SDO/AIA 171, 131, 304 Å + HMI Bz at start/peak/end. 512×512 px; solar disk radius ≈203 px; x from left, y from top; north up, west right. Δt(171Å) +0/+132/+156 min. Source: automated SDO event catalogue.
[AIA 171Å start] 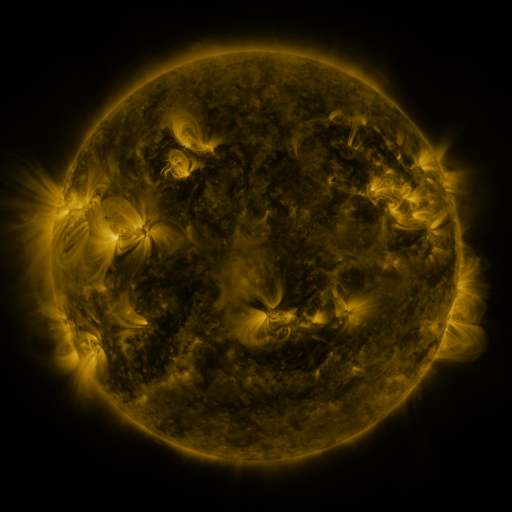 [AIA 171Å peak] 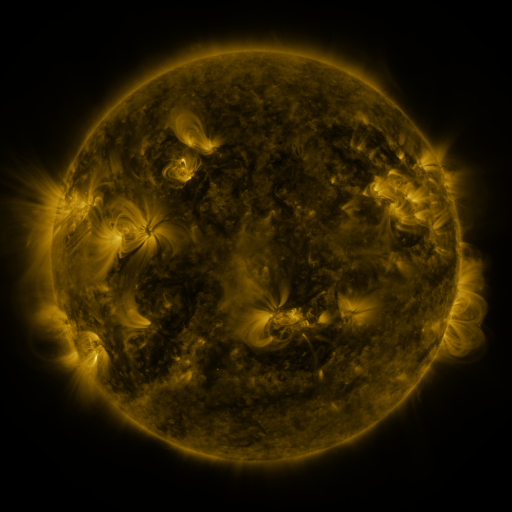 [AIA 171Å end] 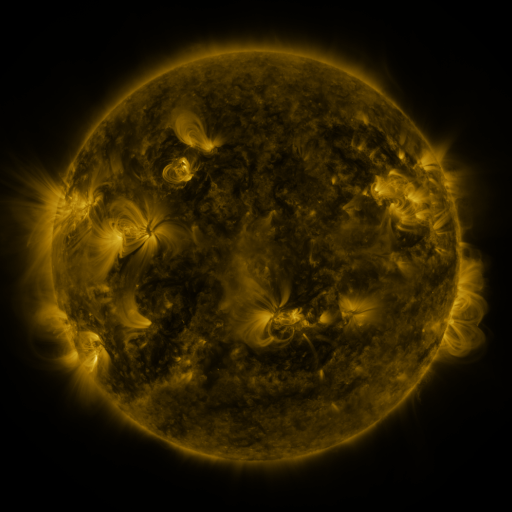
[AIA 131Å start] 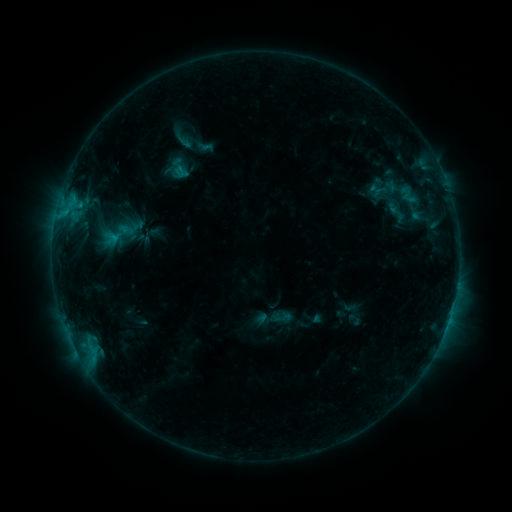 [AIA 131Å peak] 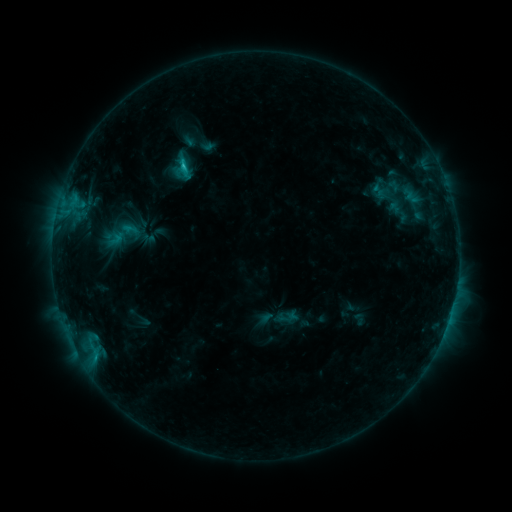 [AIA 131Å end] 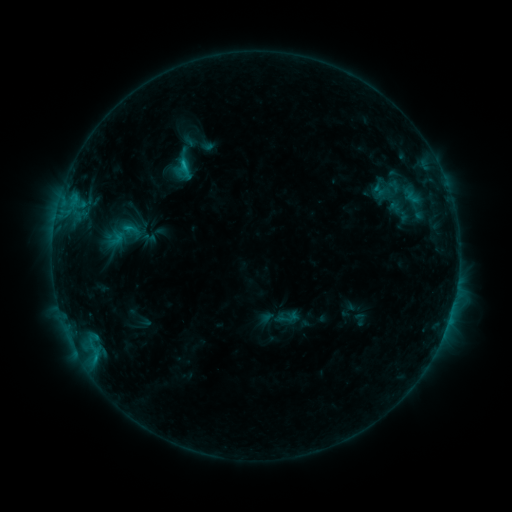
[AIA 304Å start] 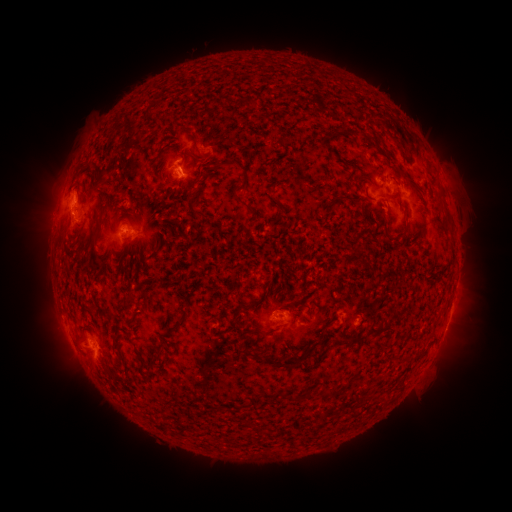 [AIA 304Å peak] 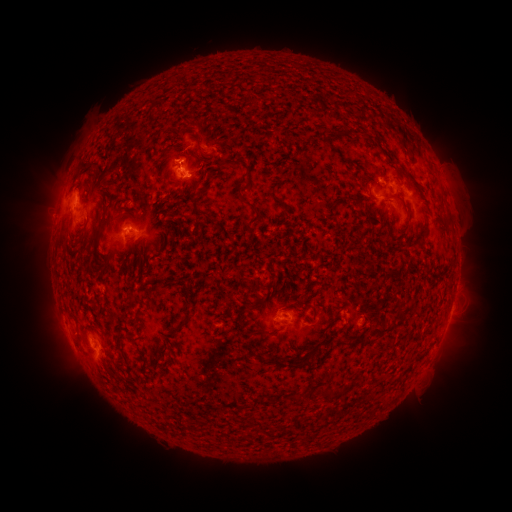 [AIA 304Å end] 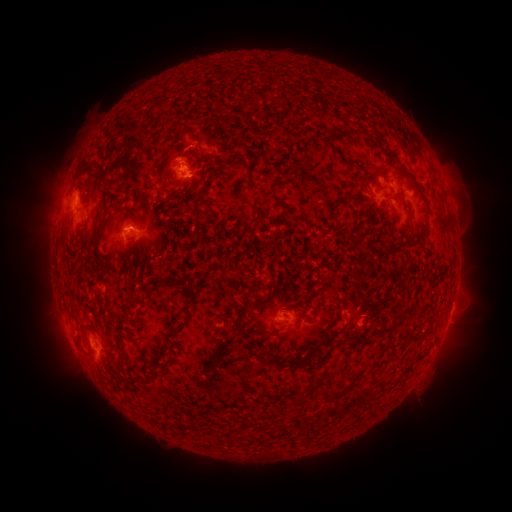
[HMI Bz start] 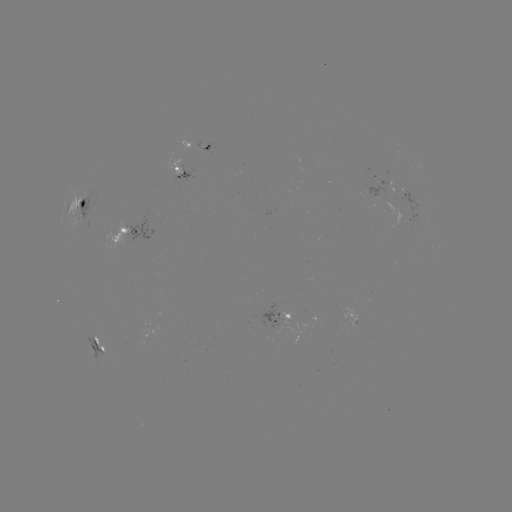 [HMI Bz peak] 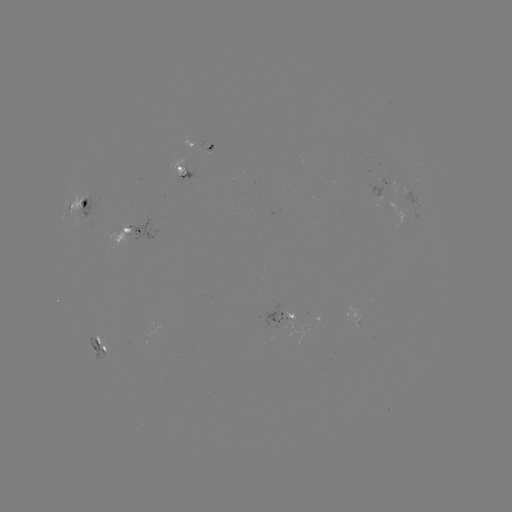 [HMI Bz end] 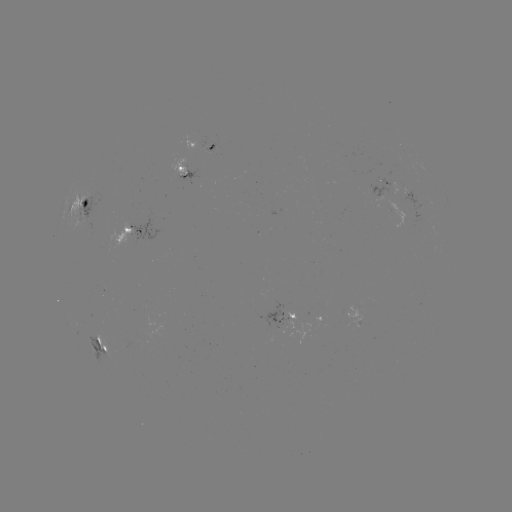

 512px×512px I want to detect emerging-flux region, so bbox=[396, 187, 408, 195].